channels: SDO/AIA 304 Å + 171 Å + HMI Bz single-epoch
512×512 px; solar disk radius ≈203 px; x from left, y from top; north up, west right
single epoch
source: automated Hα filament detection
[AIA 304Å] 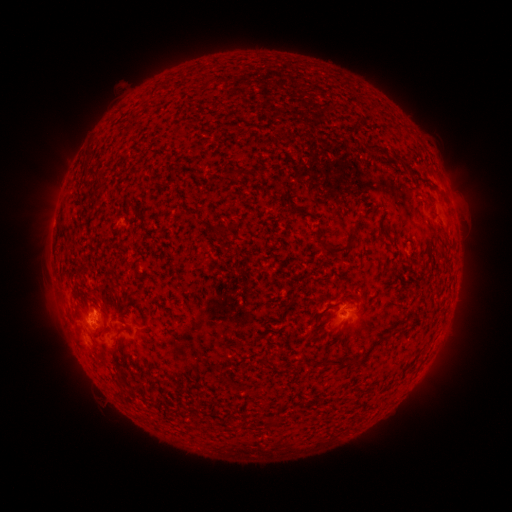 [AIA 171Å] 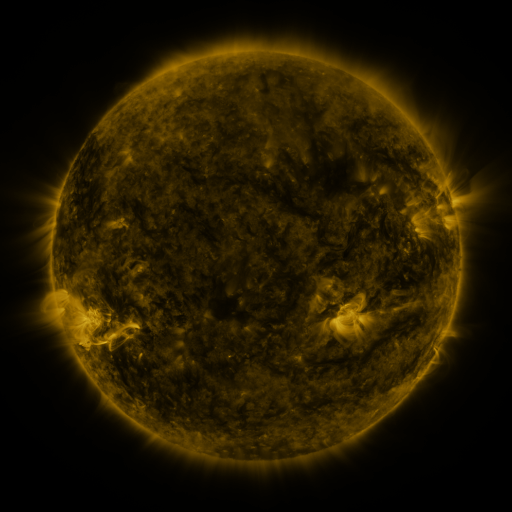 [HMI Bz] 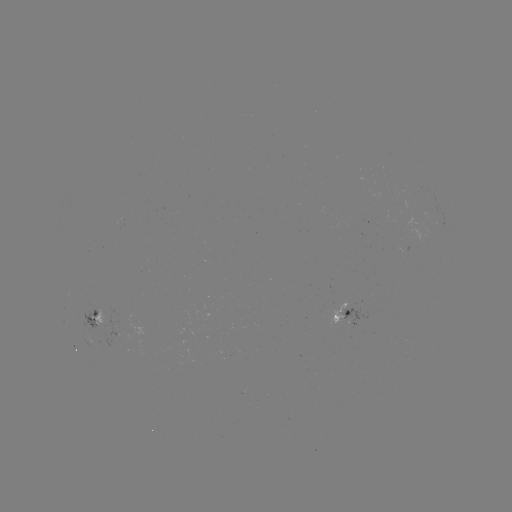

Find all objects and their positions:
filament: (349, 116, 359, 130)
filament: (362, 141, 378, 152)
filament: (391, 153, 400, 161)
filament: (226, 167, 240, 178)
filament: (252, 169, 262, 181)
filament: (84, 170, 99, 181)
filament: (420, 174, 430, 182)
filament: (227, 219, 239, 232)
filament: (211, 225, 223, 238)
filament: (320, 230, 357, 253)
filament: (230, 233, 240, 241)
filament: (289, 292, 297, 303)
filament: (99, 322, 109, 339)
filament: (118, 326, 133, 335)
filament: (347, 356, 363, 365)
filament: (117, 372, 125, 385)
